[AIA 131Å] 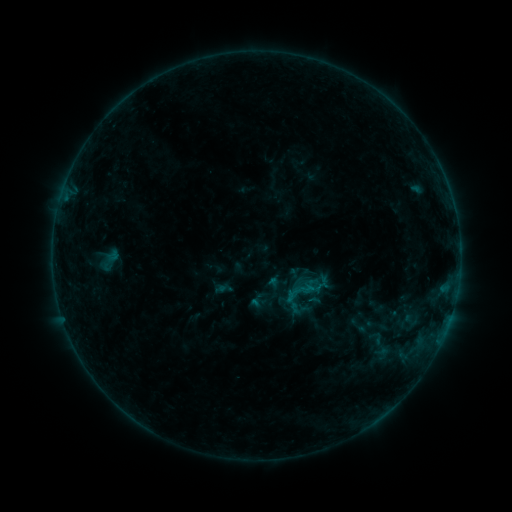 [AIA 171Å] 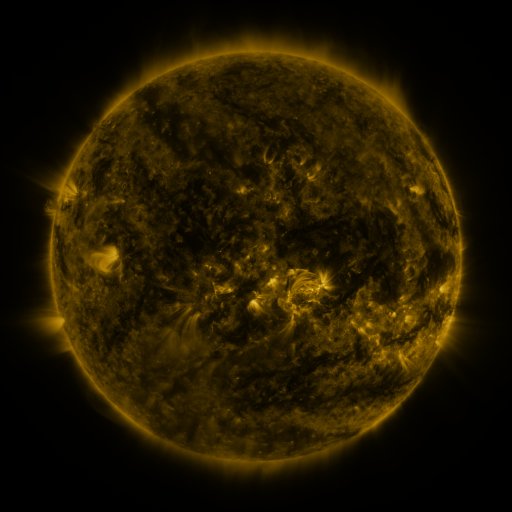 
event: sigmoid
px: (305, 291)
